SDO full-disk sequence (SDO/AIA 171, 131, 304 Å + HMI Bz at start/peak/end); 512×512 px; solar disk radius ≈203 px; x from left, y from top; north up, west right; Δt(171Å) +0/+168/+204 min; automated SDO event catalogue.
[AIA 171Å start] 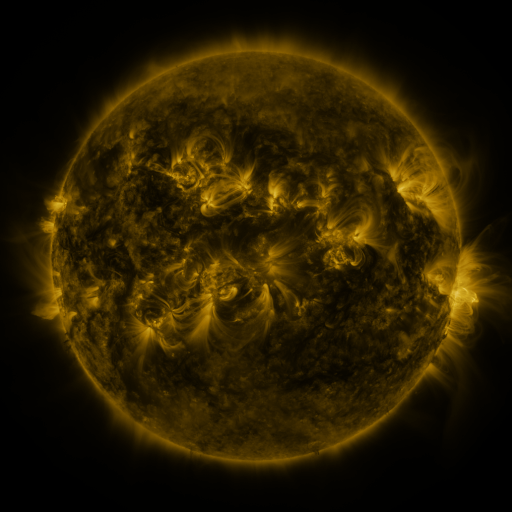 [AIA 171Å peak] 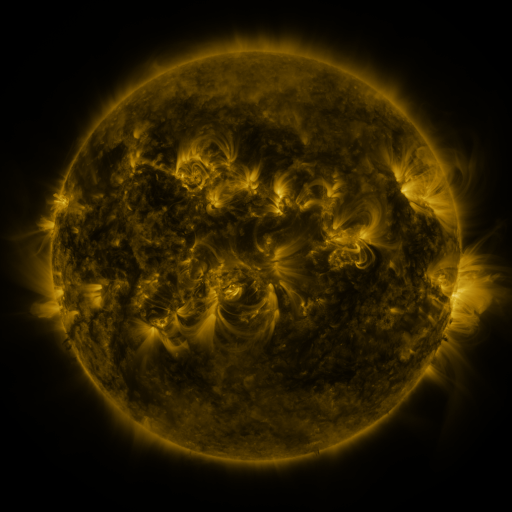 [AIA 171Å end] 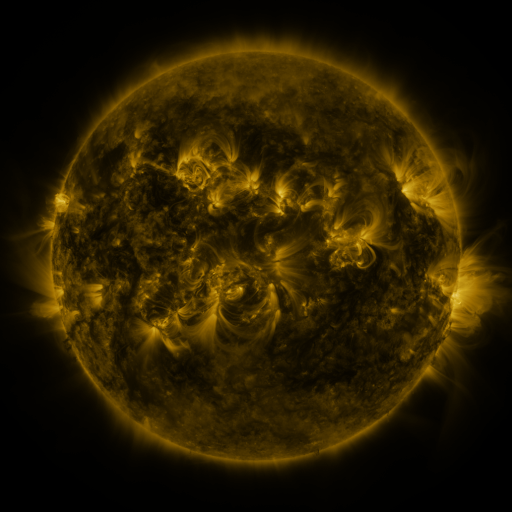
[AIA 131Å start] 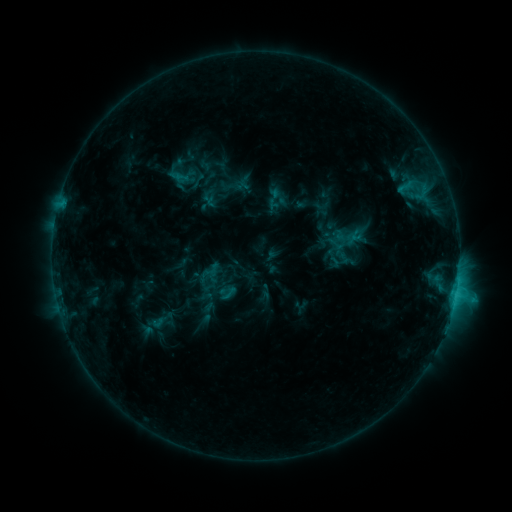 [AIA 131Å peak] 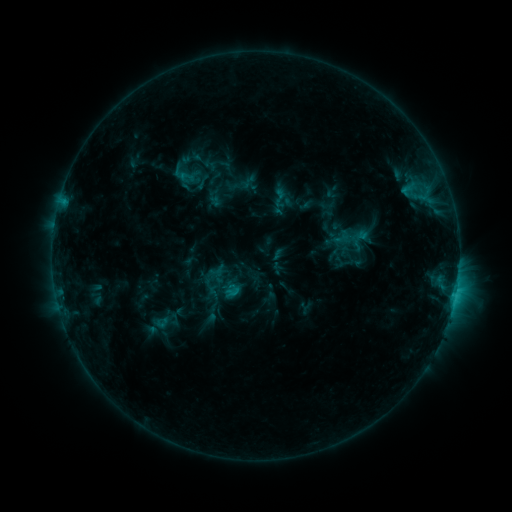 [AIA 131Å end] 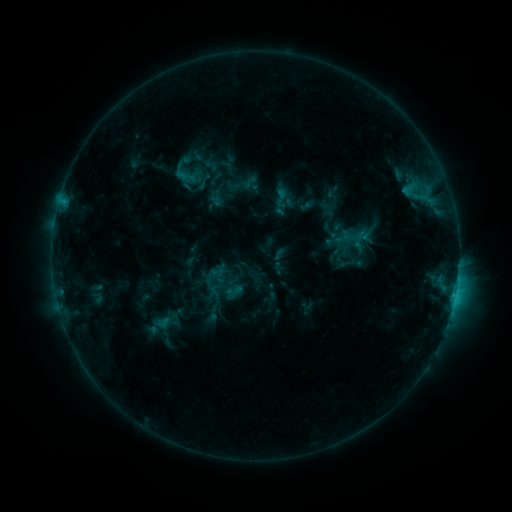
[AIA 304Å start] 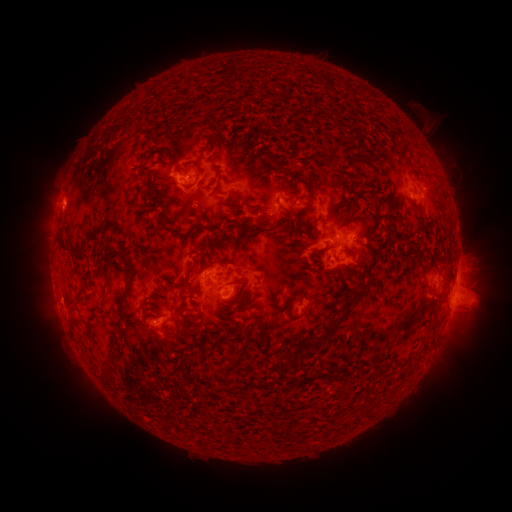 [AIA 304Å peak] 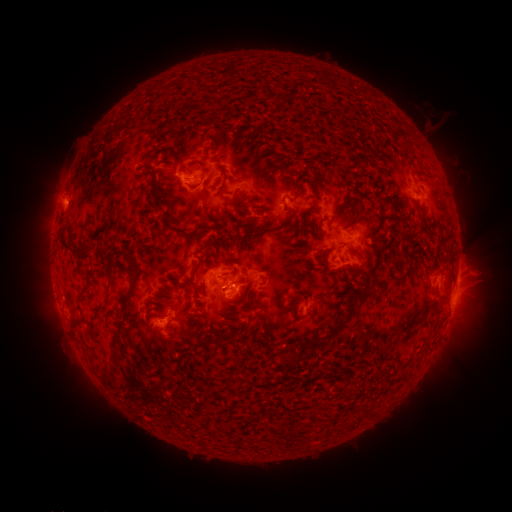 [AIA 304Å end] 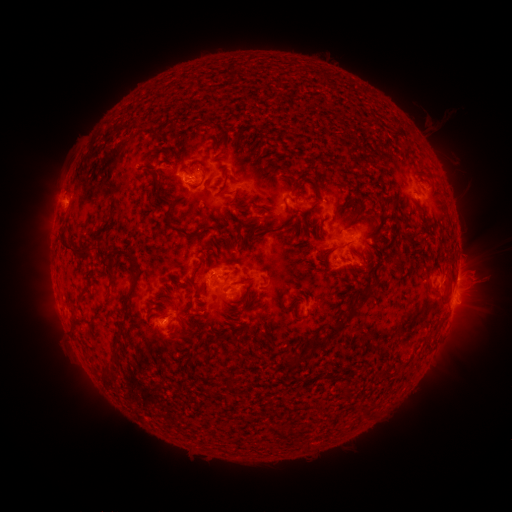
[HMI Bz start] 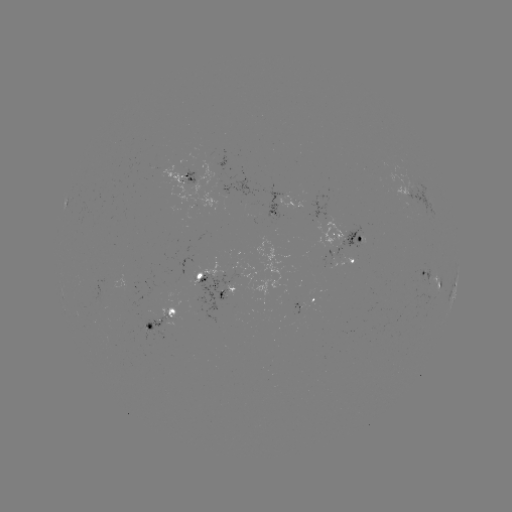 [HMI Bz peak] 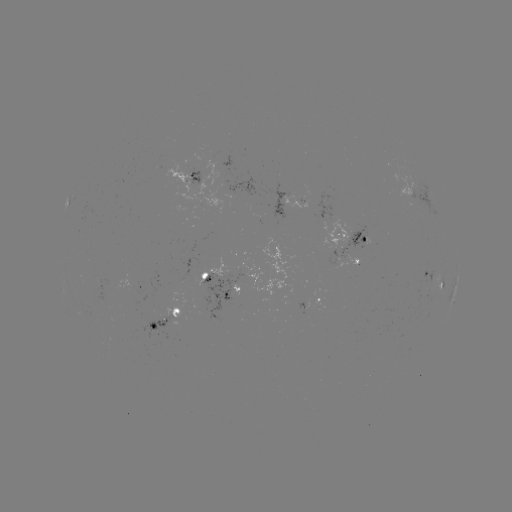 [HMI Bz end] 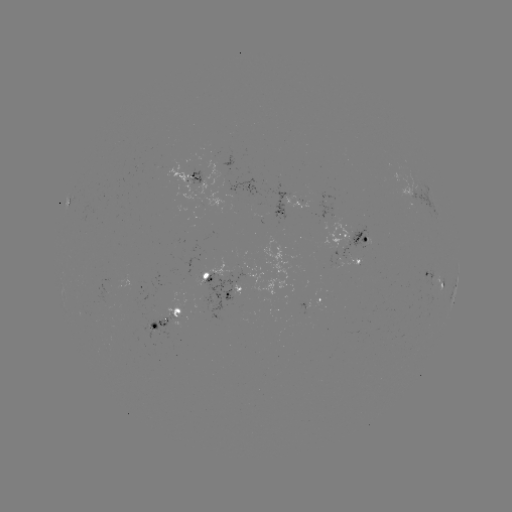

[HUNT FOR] emerging-flux region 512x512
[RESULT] [326, 199]